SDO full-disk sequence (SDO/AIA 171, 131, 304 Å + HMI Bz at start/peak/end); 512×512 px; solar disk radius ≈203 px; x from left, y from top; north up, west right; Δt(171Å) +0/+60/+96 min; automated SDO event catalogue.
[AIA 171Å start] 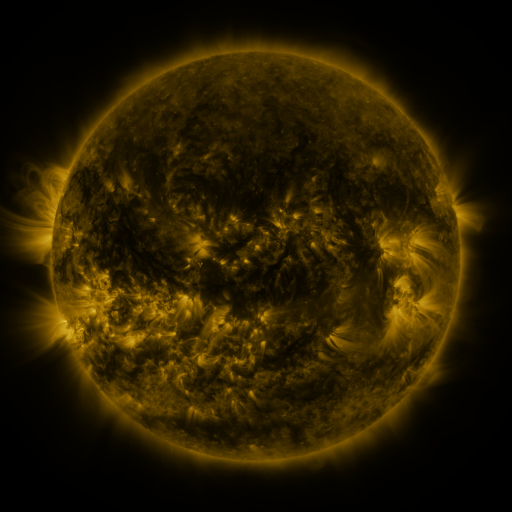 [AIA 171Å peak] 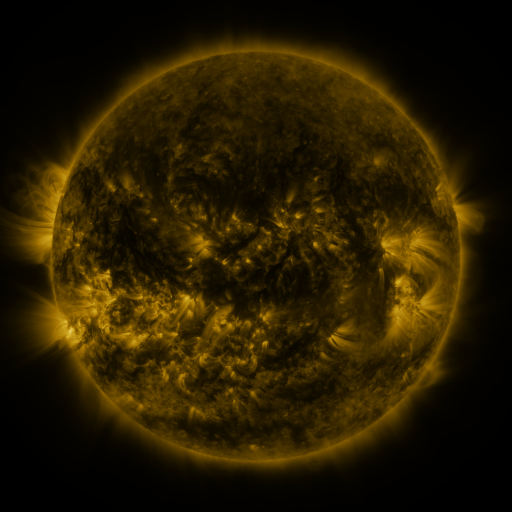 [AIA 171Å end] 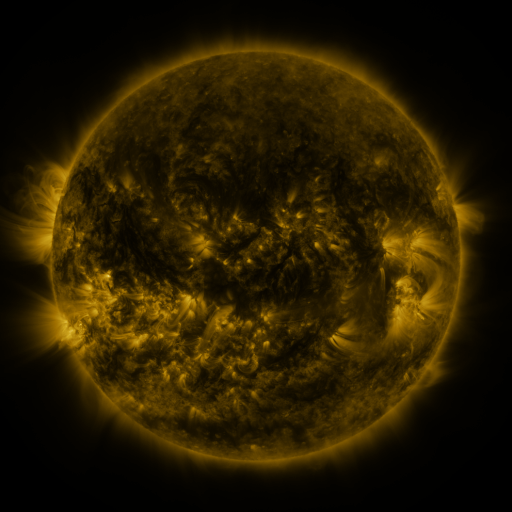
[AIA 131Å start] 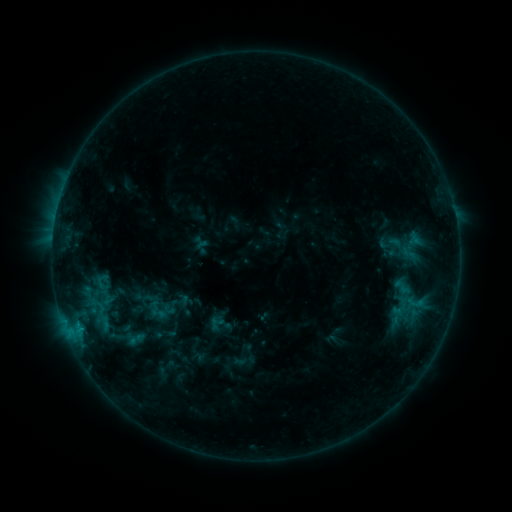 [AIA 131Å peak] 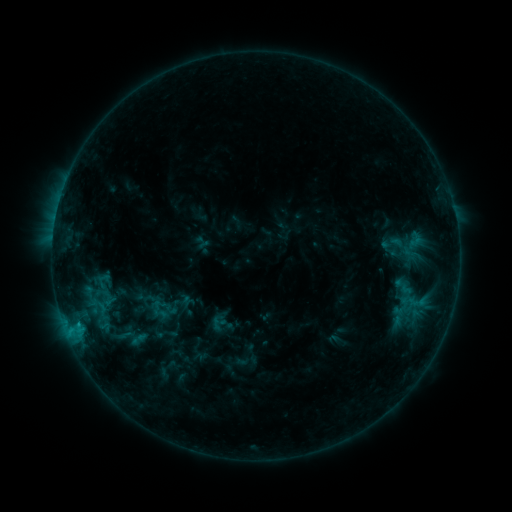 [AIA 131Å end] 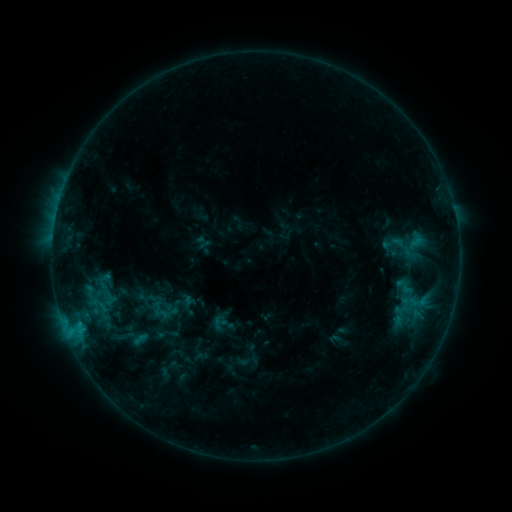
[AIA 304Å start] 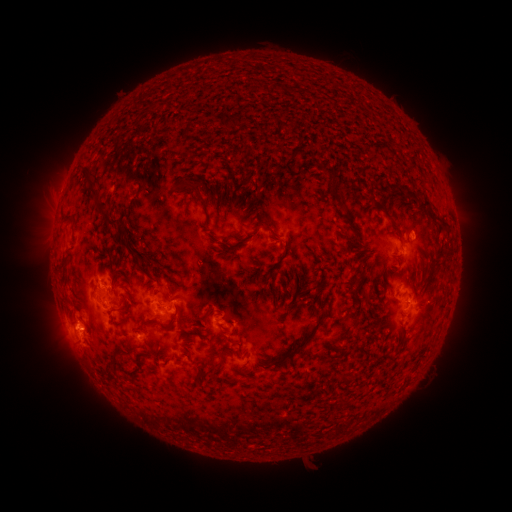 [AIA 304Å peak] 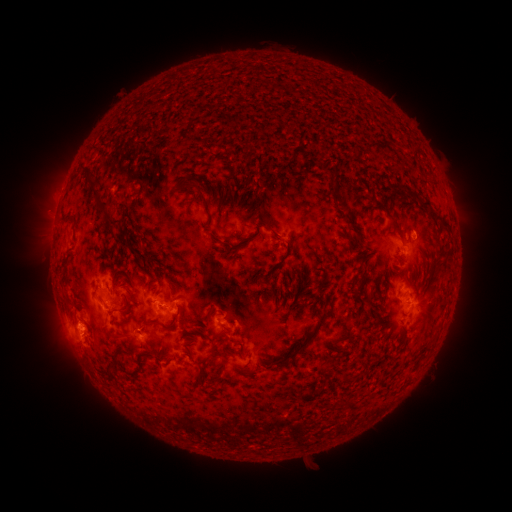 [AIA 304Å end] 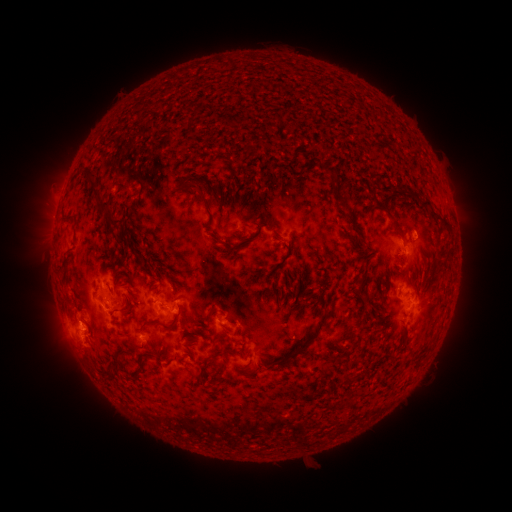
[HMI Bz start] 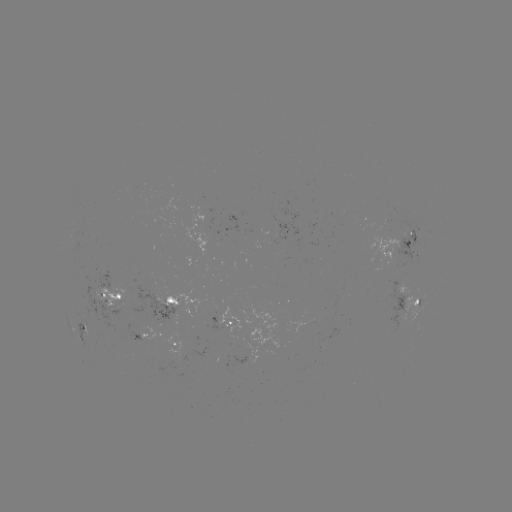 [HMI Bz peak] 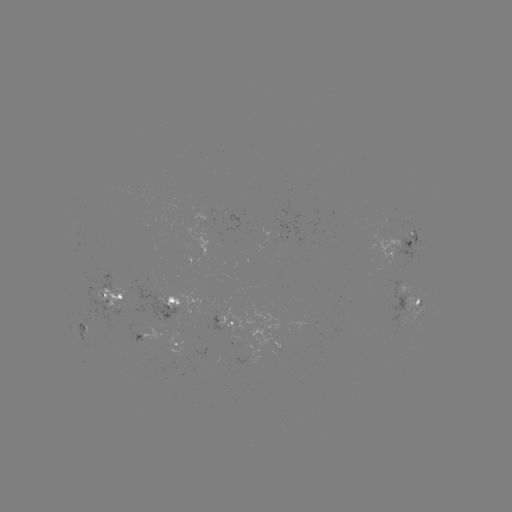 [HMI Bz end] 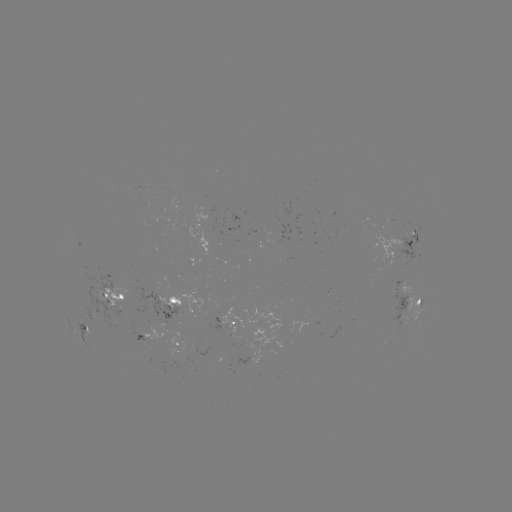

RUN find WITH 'emerging-flux region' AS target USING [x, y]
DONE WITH [101, 285] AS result